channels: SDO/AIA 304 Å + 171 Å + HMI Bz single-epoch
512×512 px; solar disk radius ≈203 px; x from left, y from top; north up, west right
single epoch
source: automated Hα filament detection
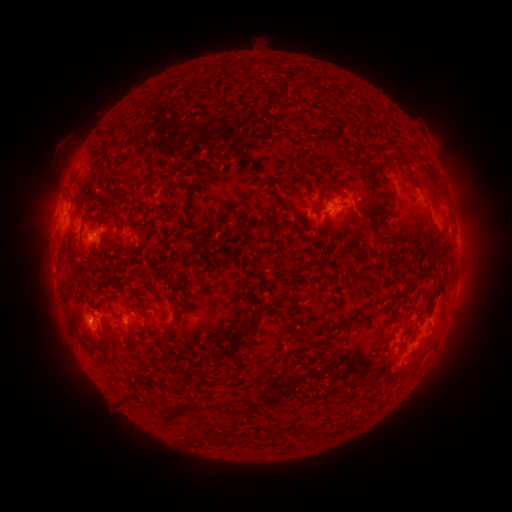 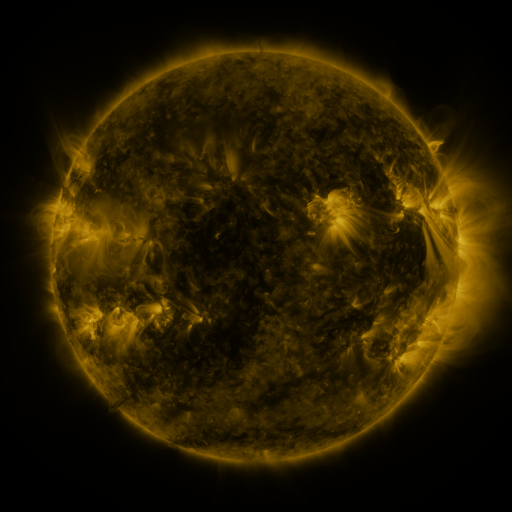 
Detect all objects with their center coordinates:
filament: [324, 116, 335, 127]
filament: [319, 137, 338, 152]
filament: [321, 148, 345, 164]
filament: [210, 152, 227, 161]
filament: [328, 175, 341, 184]
filament: [114, 189, 125, 198]
filament: [167, 192, 173, 201]
filament: [276, 203, 289, 214]
filament: [348, 204, 371, 223]
filament: [119, 212, 134, 228]
filament: [376, 220, 394, 241]
filament: [255, 250, 262, 261]
filament: [180, 306, 194, 316]
filament: [375, 314, 392, 338]
filament: [69, 316, 92, 353]
filament: [240, 316, 257, 331]
filament: [322, 319, 348, 329]
filament: [104, 330, 115, 350]
filament: [99, 356, 109, 366]
filament: [179, 358, 228, 377]
filament: [121, 394, 136, 405]
filament: [279, 425, 310, 433]
